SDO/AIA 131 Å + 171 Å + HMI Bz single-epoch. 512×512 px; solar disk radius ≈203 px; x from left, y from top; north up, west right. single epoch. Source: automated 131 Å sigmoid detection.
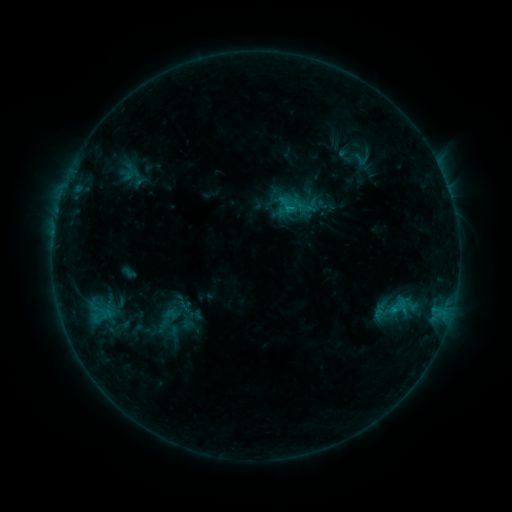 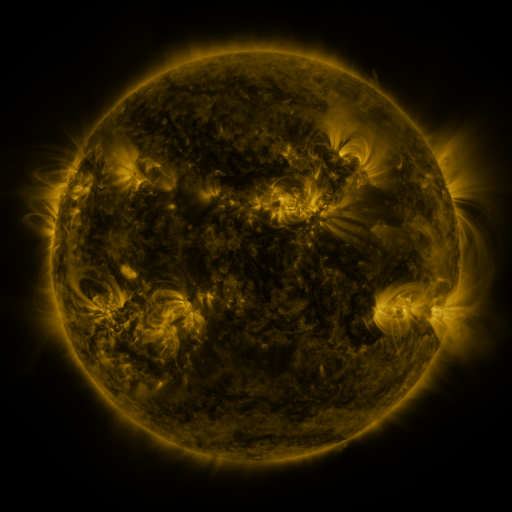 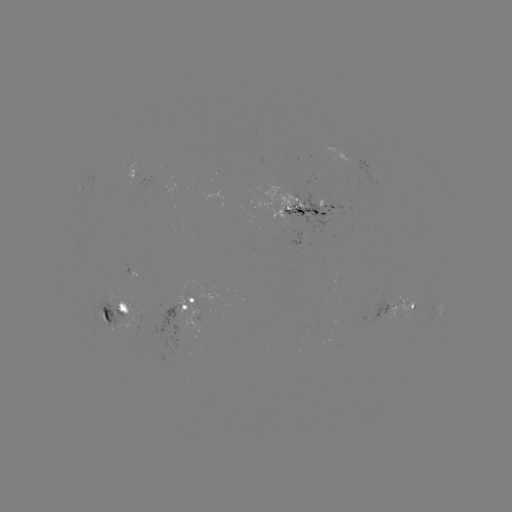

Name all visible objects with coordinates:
sigmoid: (332, 146, 358, 165)
sigmoid: (349, 150, 375, 169)
sigmoid: (389, 296, 408, 318)
